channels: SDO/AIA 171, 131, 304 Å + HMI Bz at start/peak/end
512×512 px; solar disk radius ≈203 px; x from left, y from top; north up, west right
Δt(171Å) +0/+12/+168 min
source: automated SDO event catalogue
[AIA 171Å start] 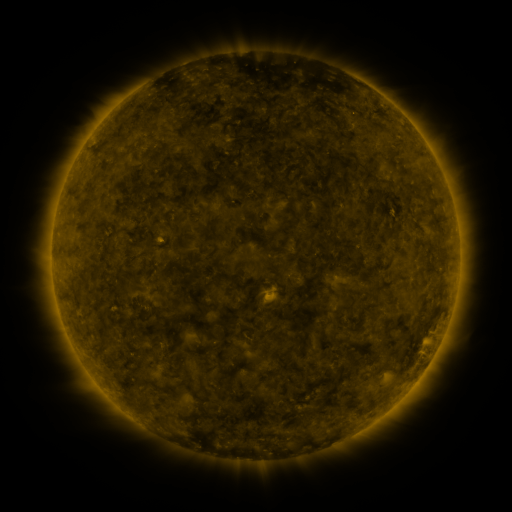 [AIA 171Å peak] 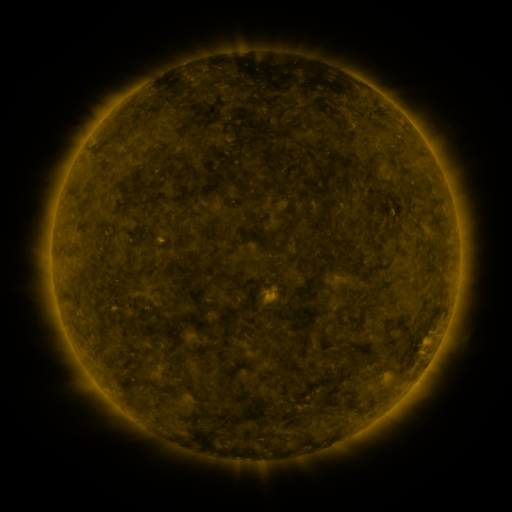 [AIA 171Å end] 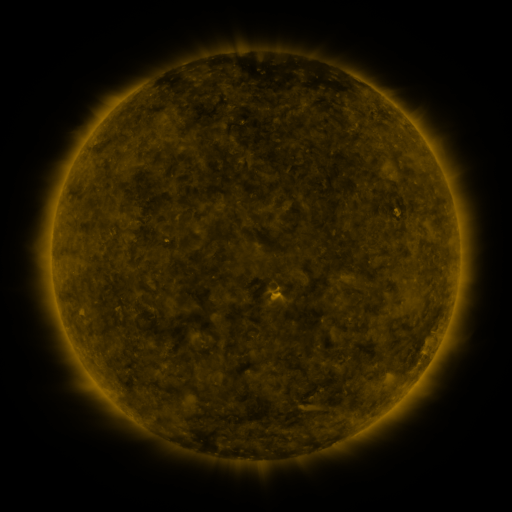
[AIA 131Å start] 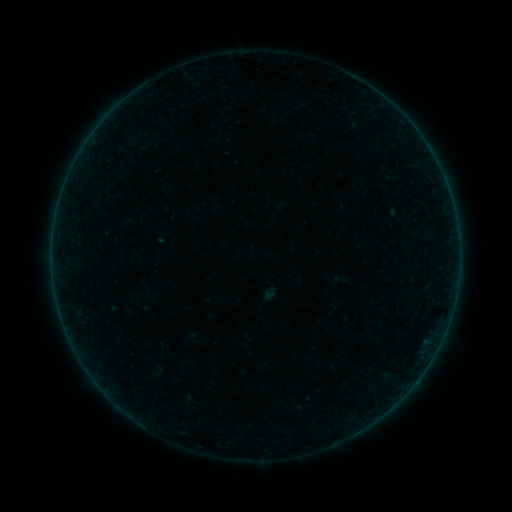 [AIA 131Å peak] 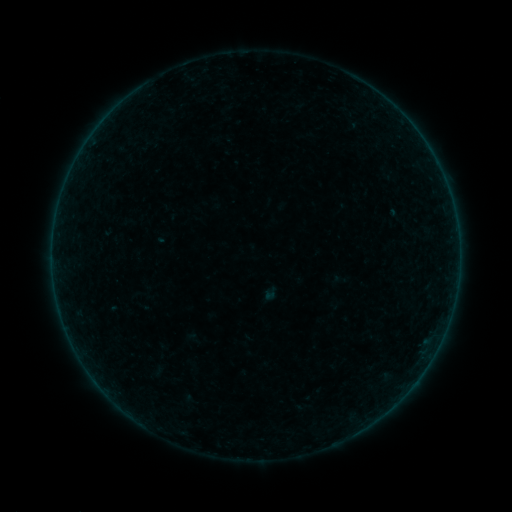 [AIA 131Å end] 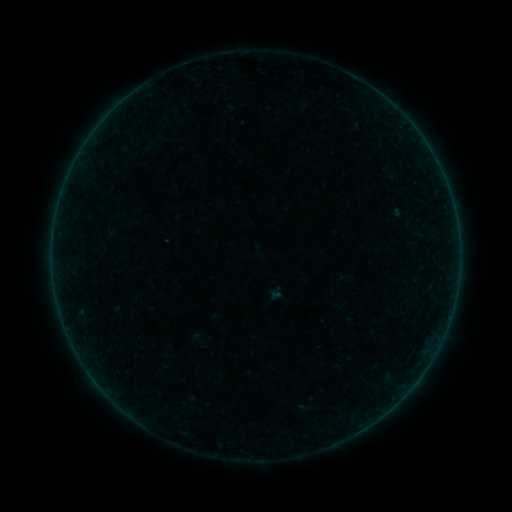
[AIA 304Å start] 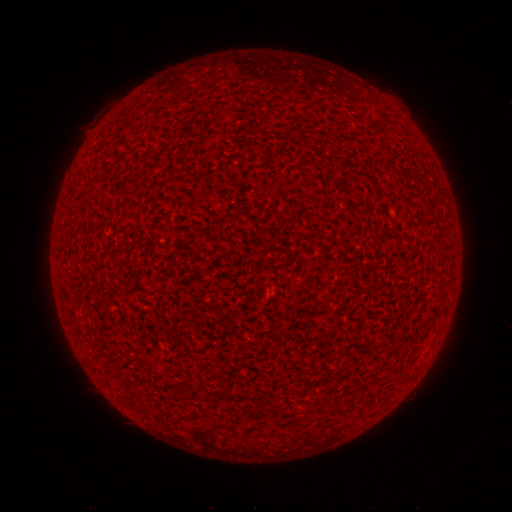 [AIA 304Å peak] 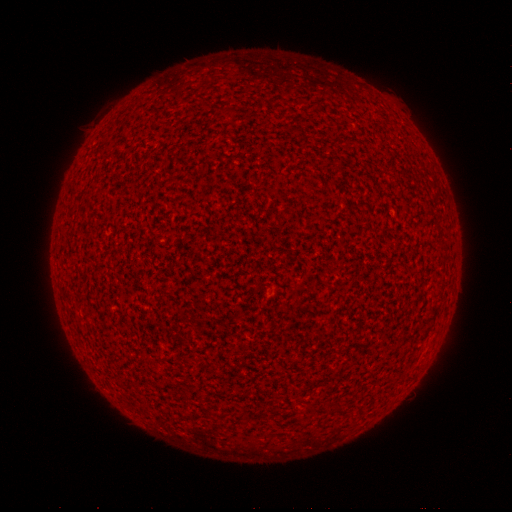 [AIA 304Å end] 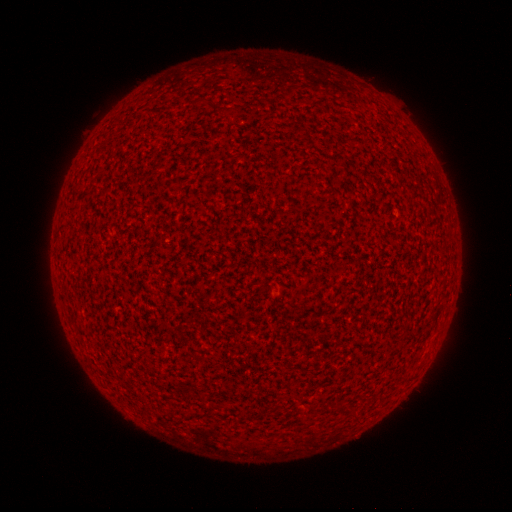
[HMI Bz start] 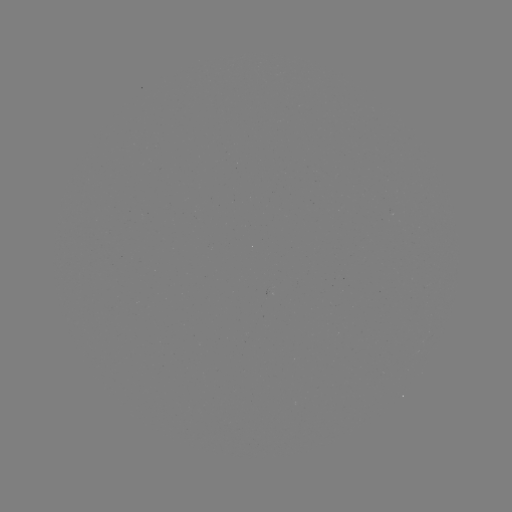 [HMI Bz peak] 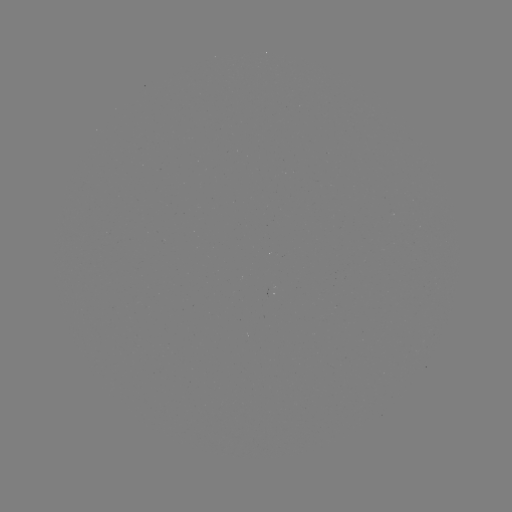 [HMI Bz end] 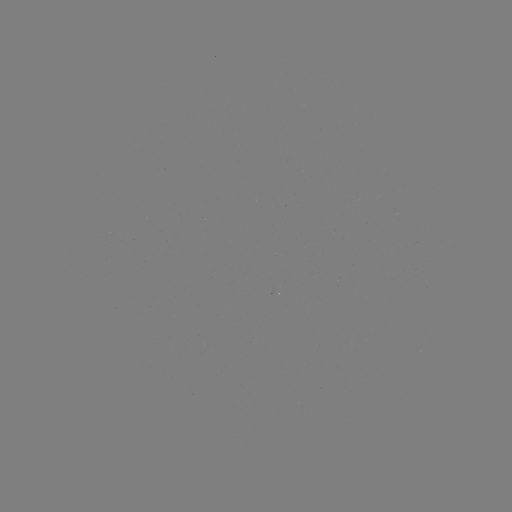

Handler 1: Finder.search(A9.4 flare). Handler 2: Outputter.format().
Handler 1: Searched A9.4 flare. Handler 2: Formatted [424, 142].